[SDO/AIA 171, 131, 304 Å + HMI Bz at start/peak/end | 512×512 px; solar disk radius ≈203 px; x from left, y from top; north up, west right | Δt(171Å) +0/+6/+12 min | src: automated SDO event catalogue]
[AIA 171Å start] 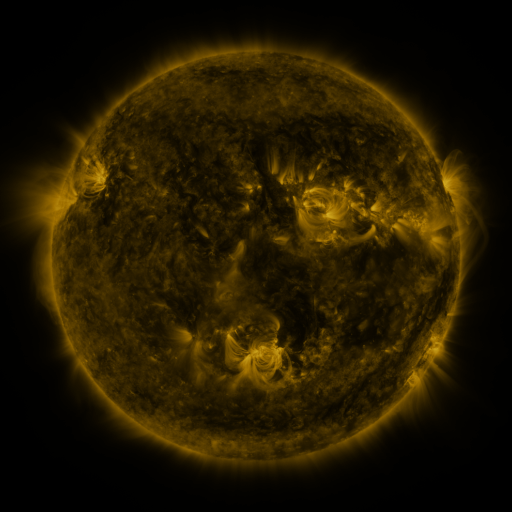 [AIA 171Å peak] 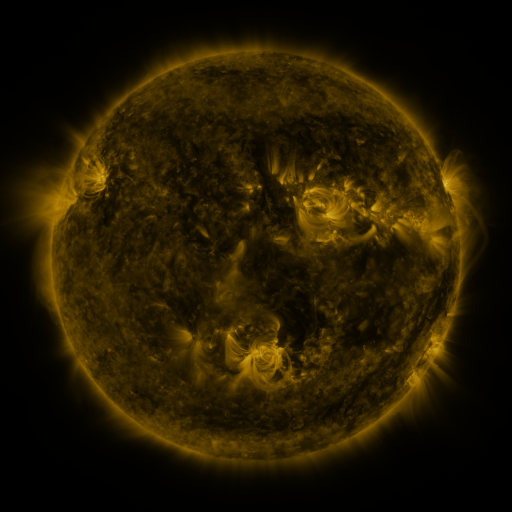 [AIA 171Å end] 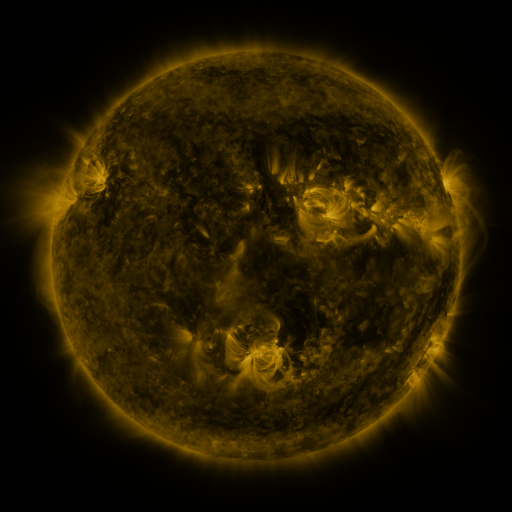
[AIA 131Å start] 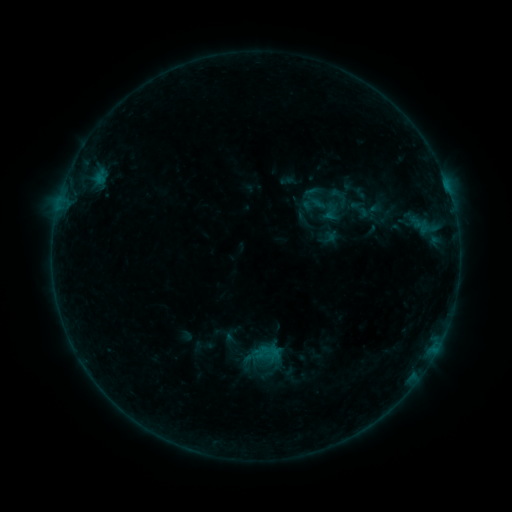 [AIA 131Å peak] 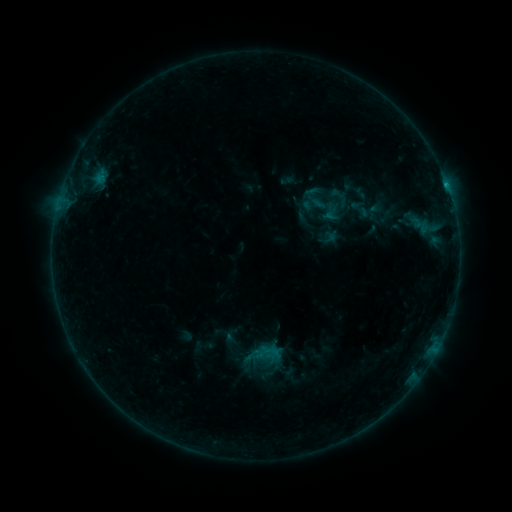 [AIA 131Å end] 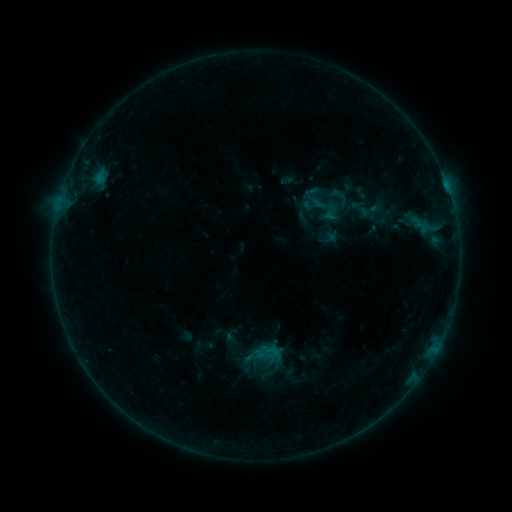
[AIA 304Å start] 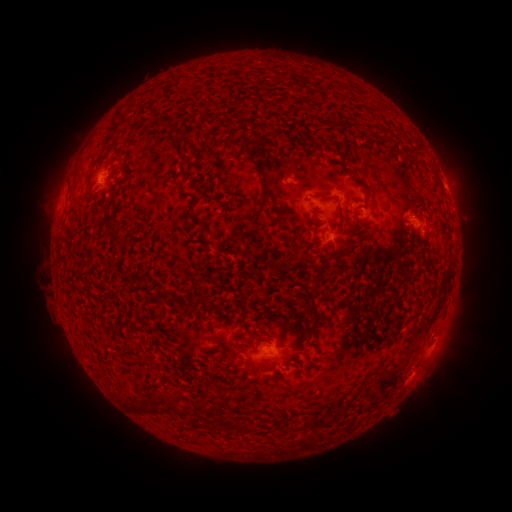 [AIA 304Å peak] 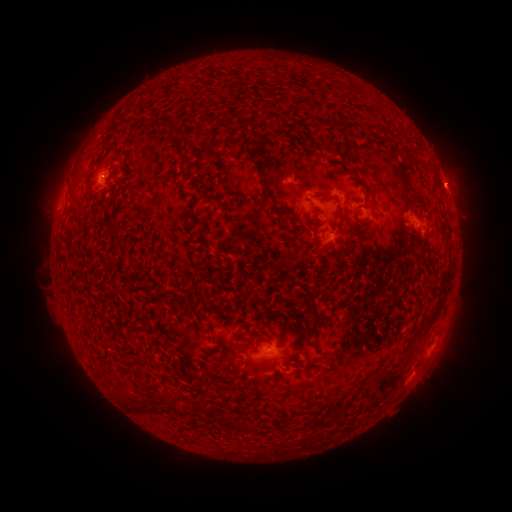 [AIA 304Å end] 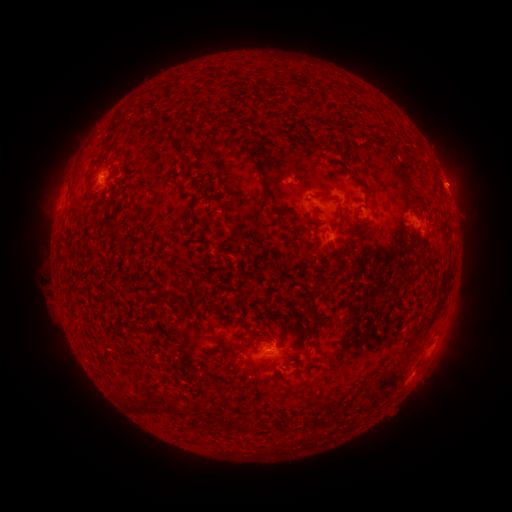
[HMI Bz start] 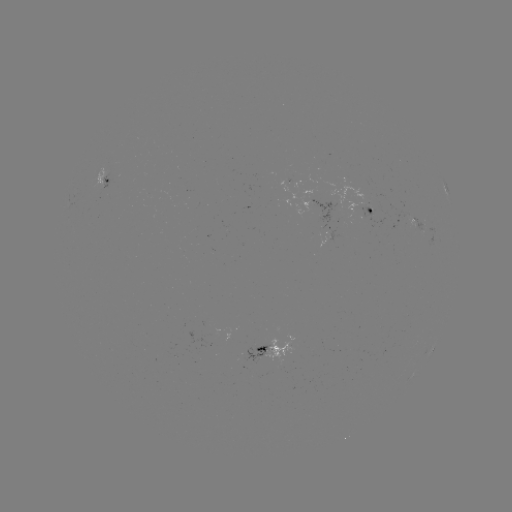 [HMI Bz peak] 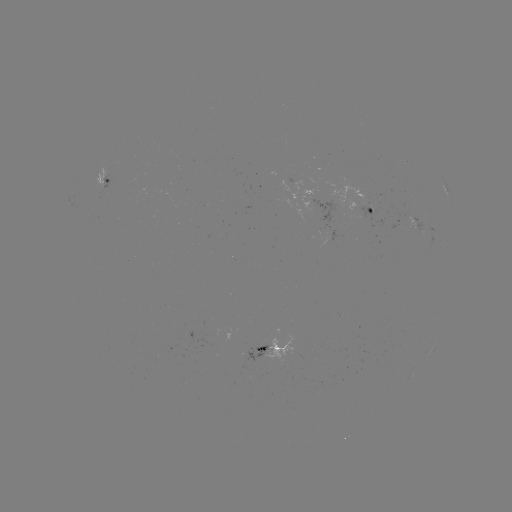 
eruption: <bbox>426, 153, 478, 205</bbox>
